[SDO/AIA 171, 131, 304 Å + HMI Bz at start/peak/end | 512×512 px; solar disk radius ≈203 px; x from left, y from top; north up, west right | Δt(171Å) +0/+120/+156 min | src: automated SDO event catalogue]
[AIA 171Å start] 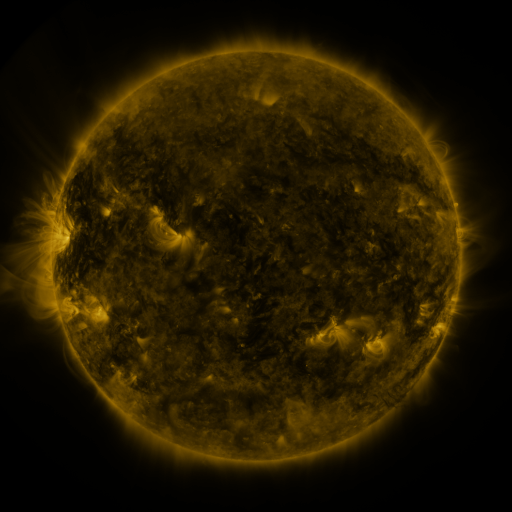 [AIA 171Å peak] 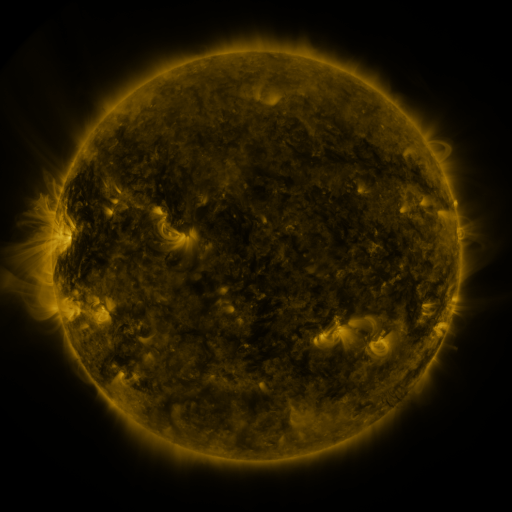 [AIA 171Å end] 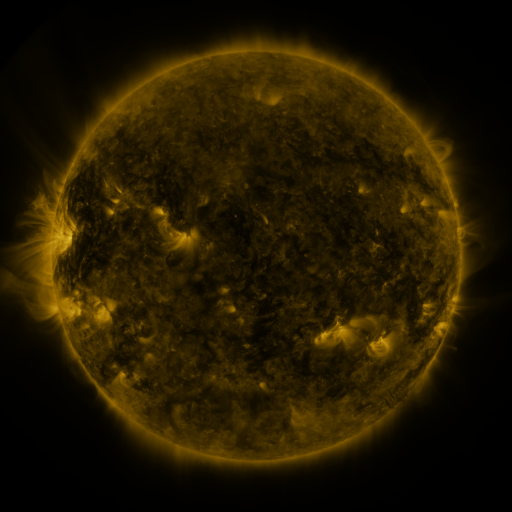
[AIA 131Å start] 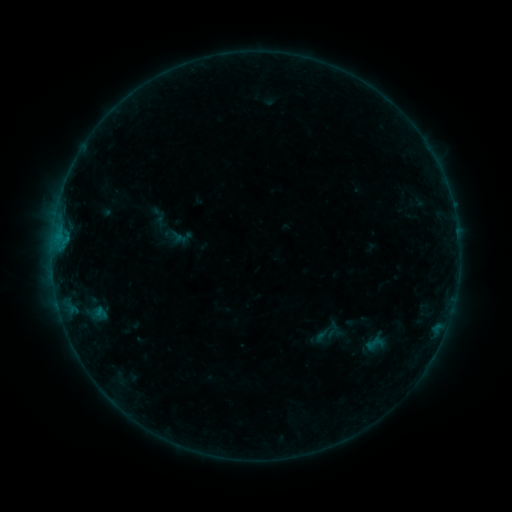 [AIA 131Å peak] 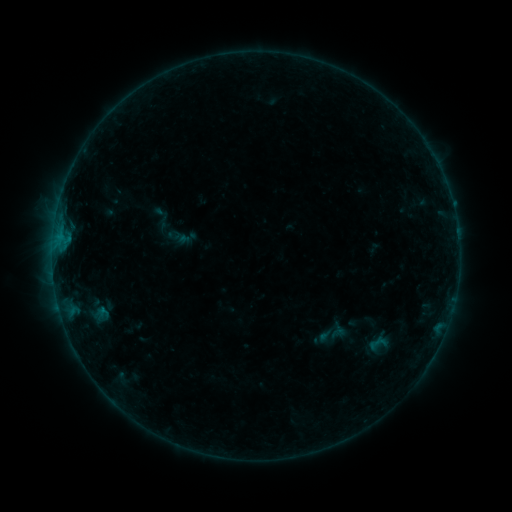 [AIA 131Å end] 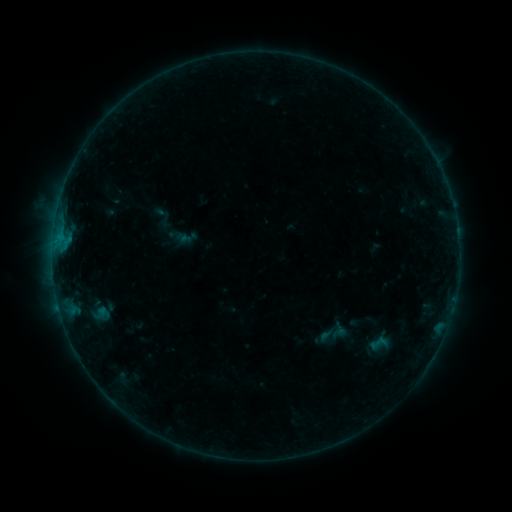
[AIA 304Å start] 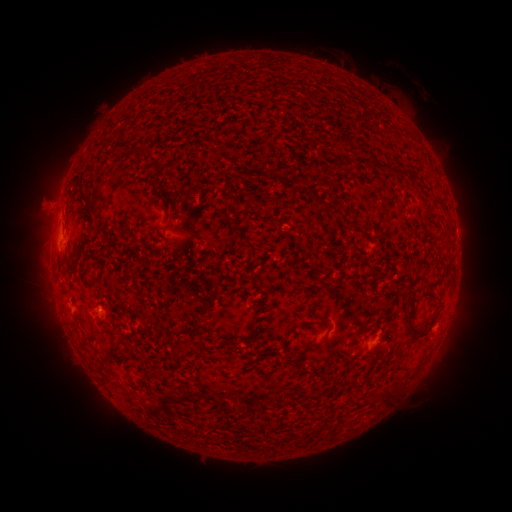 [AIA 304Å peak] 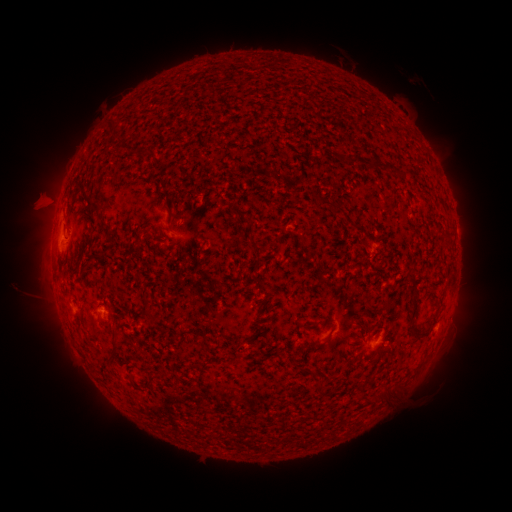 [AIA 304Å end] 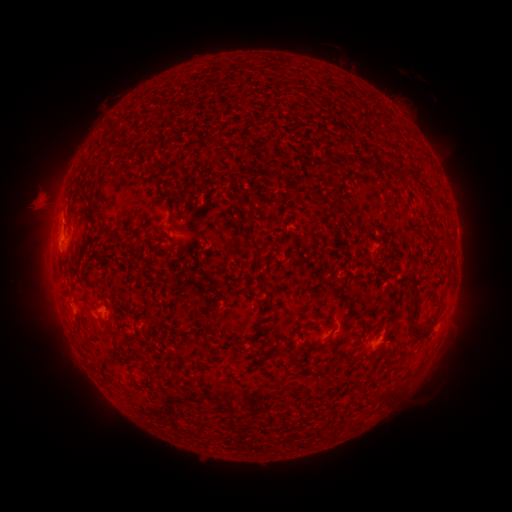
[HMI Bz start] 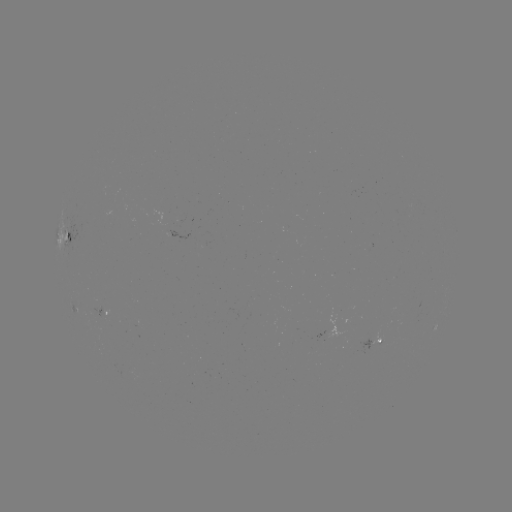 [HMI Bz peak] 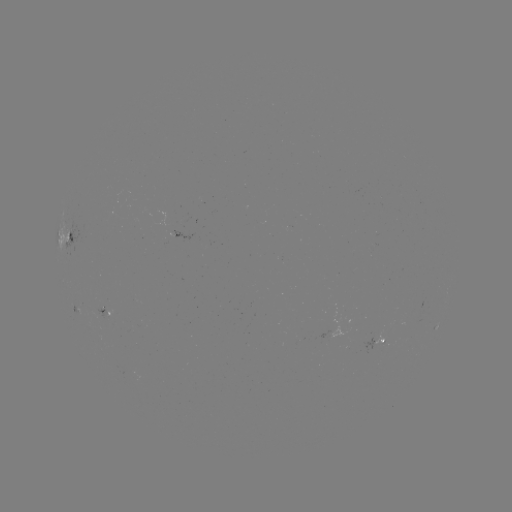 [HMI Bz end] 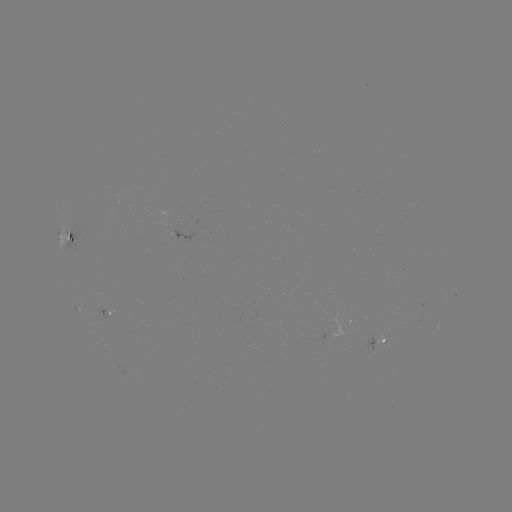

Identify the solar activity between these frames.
emerging-flux region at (177, 232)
